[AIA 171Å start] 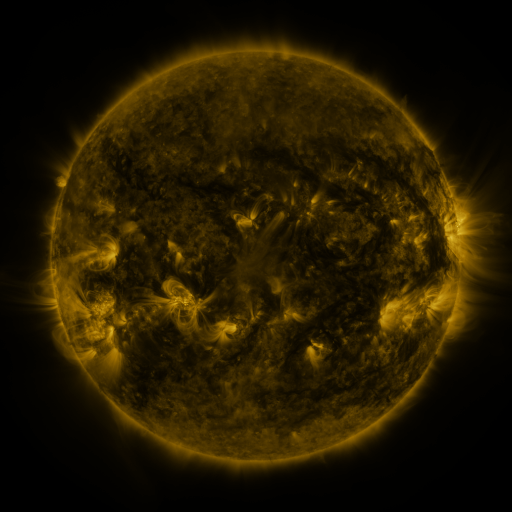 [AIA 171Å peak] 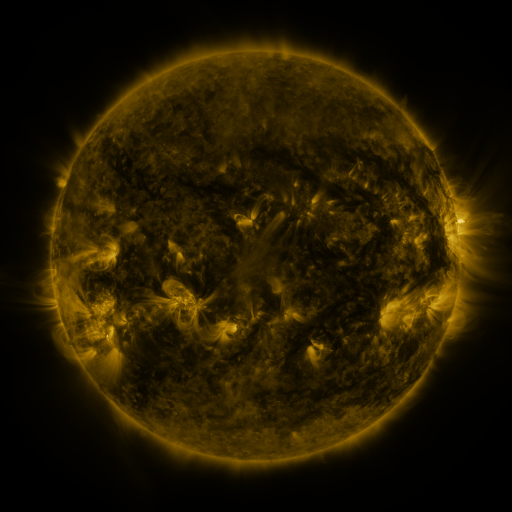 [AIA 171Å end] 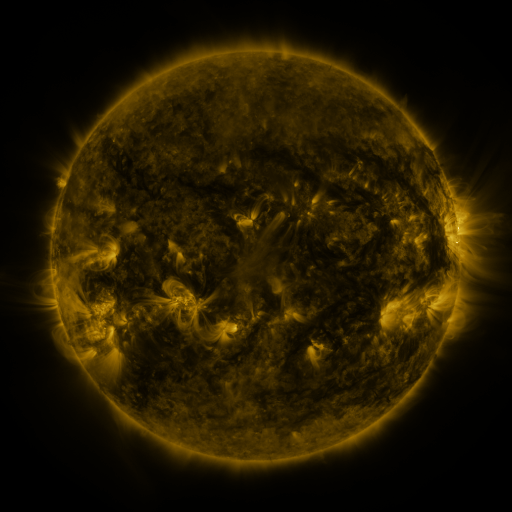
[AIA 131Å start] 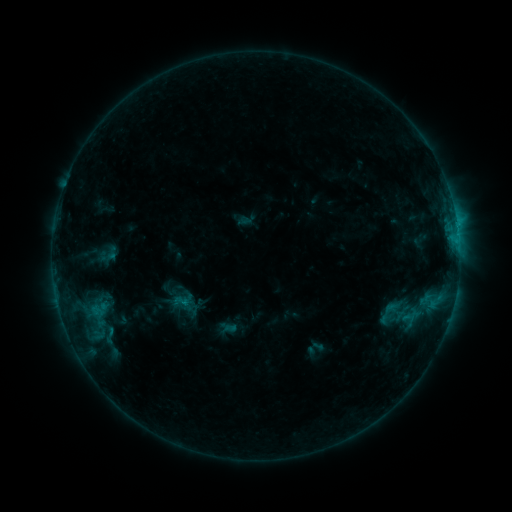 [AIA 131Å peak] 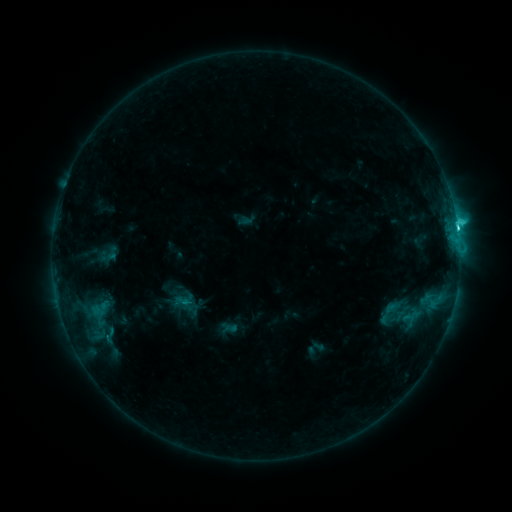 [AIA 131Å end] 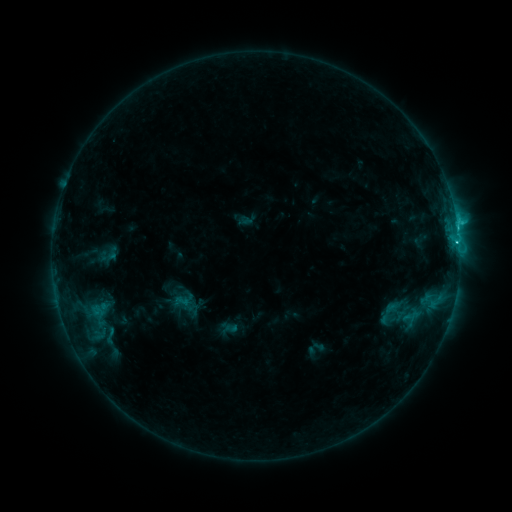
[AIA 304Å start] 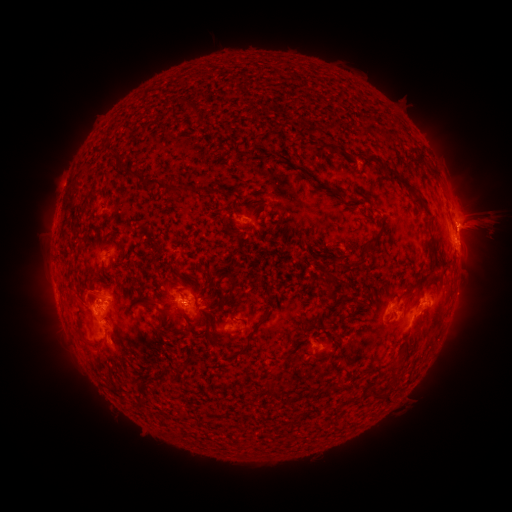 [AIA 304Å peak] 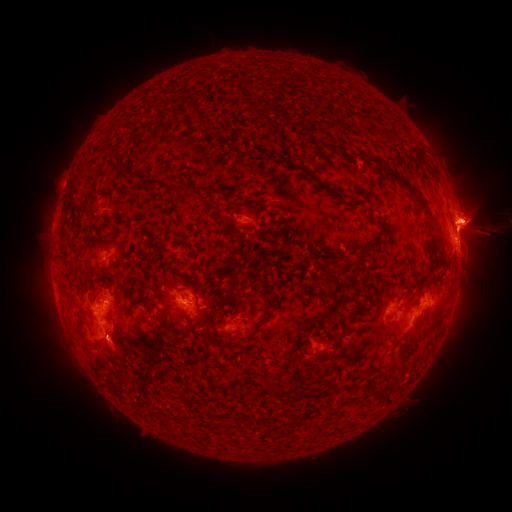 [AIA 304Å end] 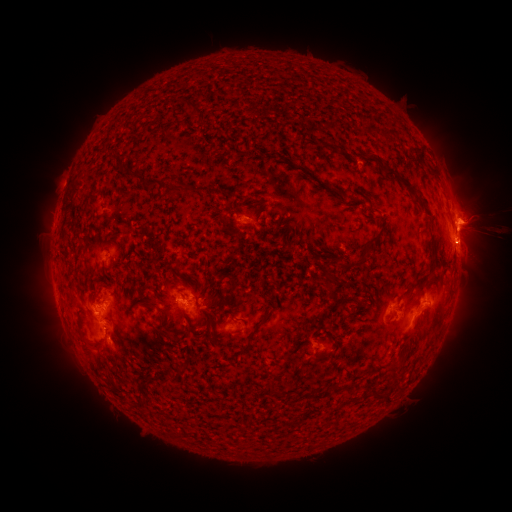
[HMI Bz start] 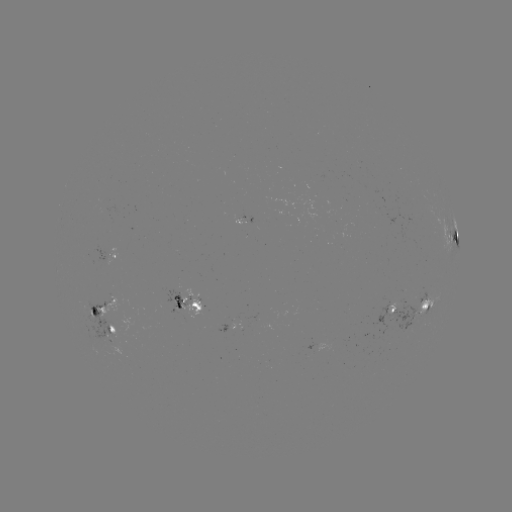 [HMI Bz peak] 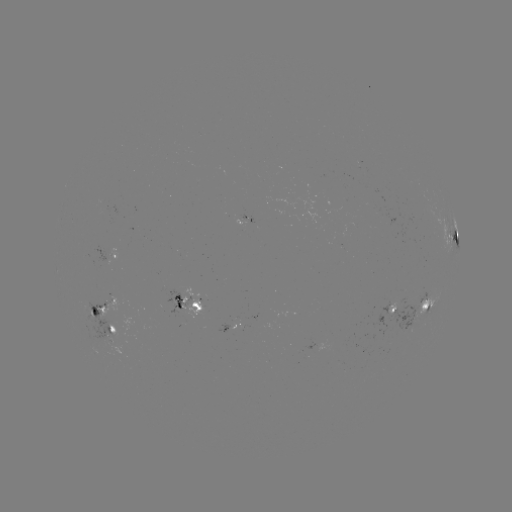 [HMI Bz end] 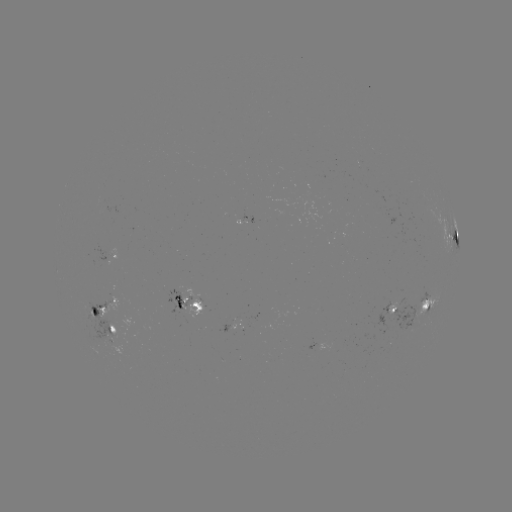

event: flare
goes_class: C3.3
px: (456, 224)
